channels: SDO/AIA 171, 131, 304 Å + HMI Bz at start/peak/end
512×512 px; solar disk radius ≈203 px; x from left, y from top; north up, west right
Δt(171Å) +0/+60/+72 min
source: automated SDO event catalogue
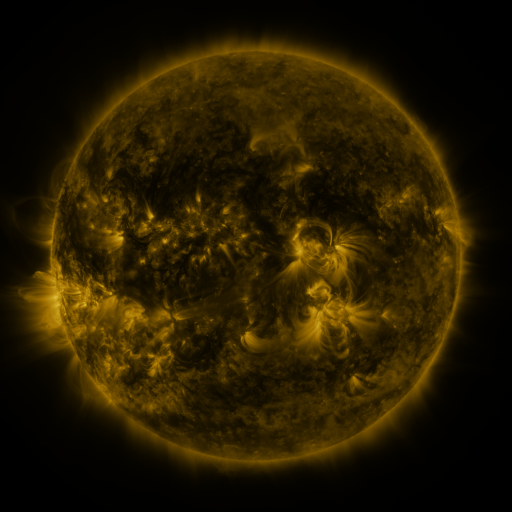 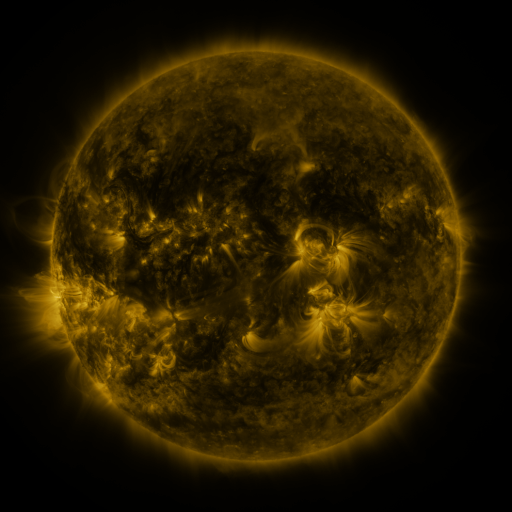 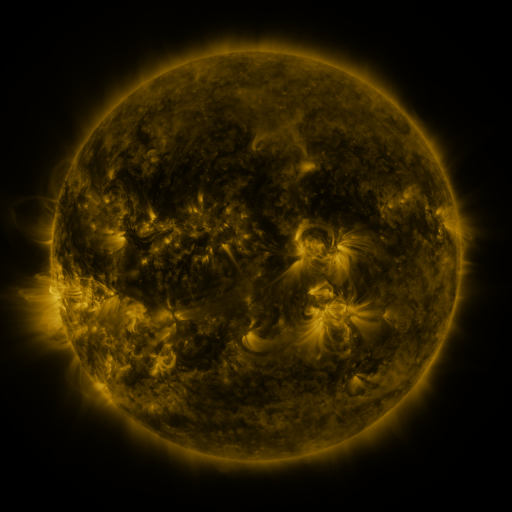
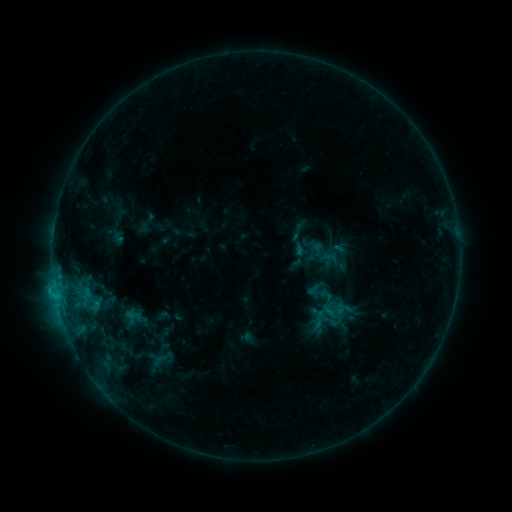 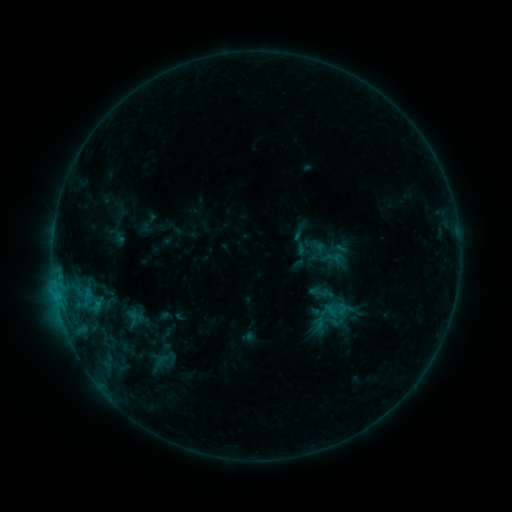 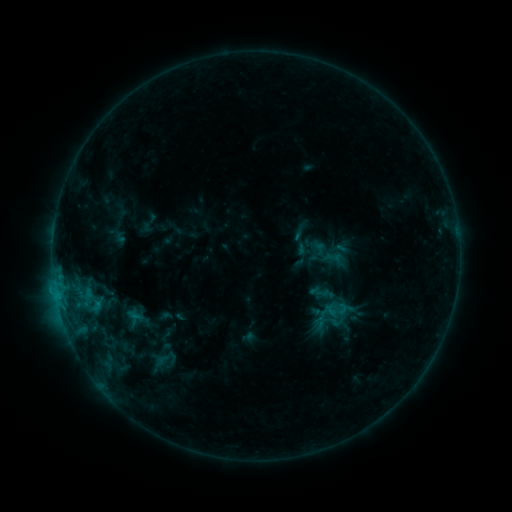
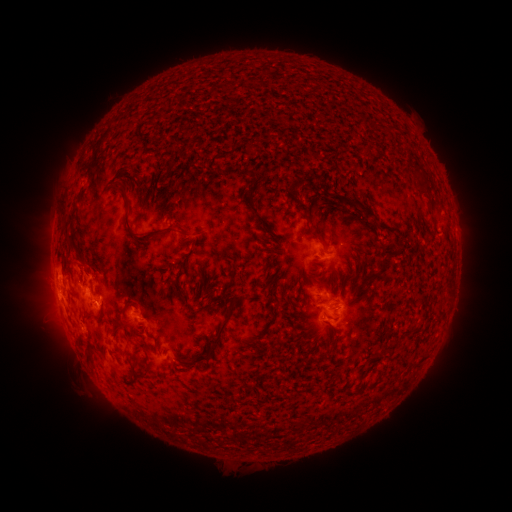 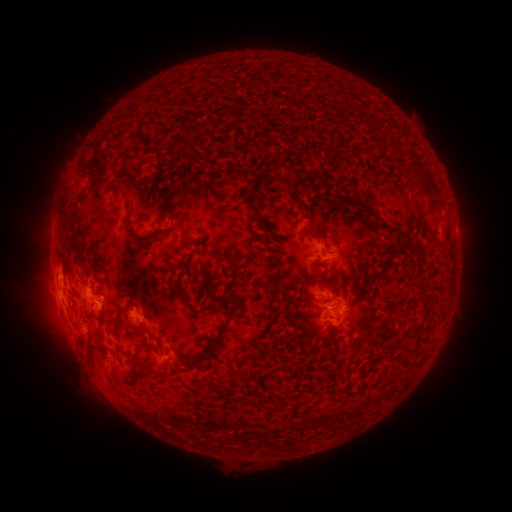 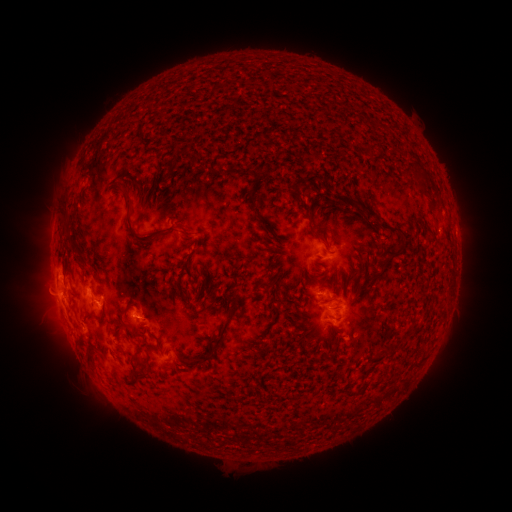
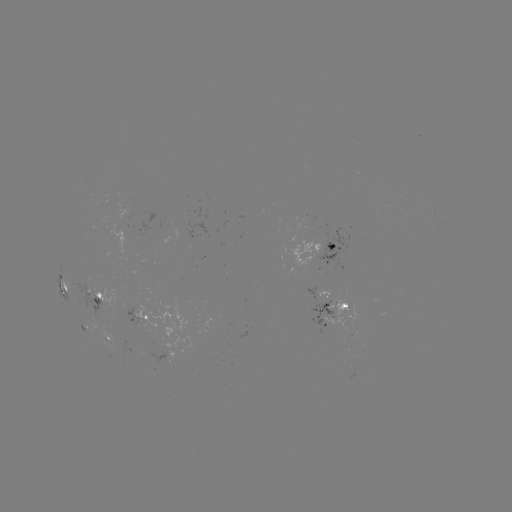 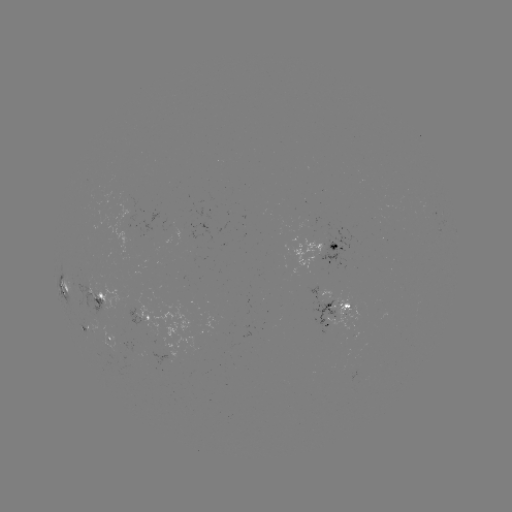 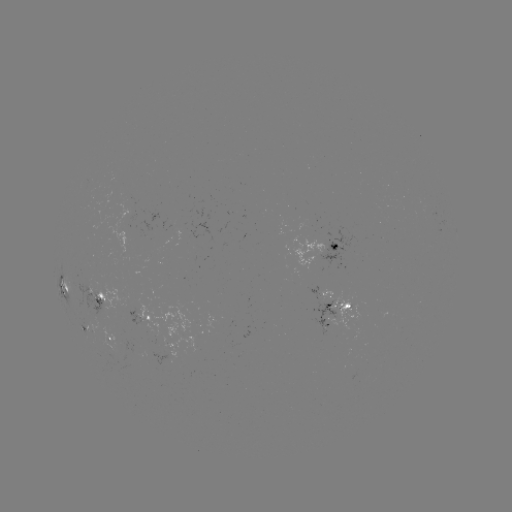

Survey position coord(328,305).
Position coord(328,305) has emerging-flux region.